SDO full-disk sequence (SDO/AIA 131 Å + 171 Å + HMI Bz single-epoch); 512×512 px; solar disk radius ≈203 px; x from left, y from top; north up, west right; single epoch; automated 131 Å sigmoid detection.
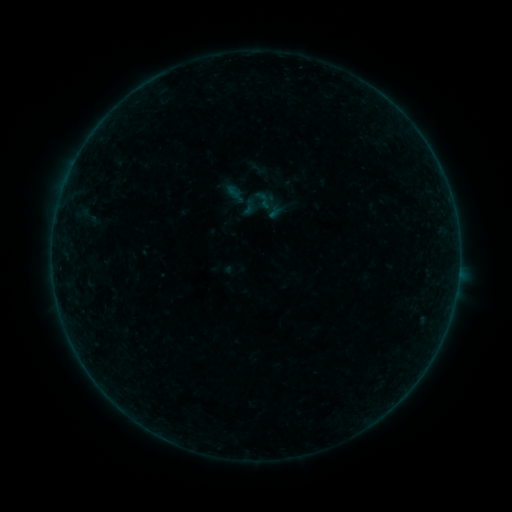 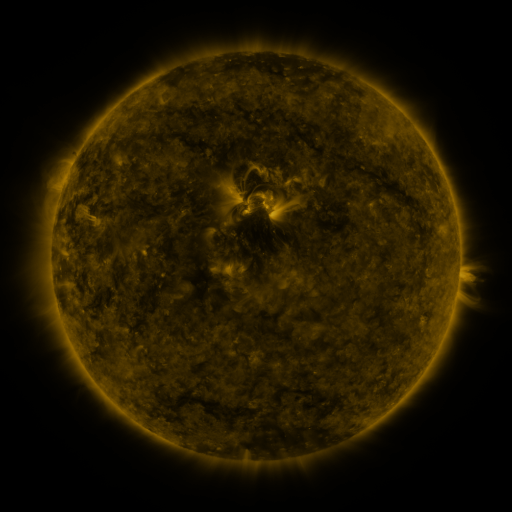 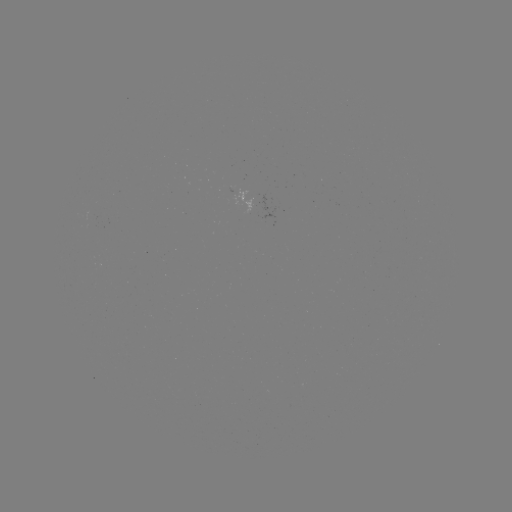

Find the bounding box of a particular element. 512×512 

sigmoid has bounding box [252, 189, 274, 211].